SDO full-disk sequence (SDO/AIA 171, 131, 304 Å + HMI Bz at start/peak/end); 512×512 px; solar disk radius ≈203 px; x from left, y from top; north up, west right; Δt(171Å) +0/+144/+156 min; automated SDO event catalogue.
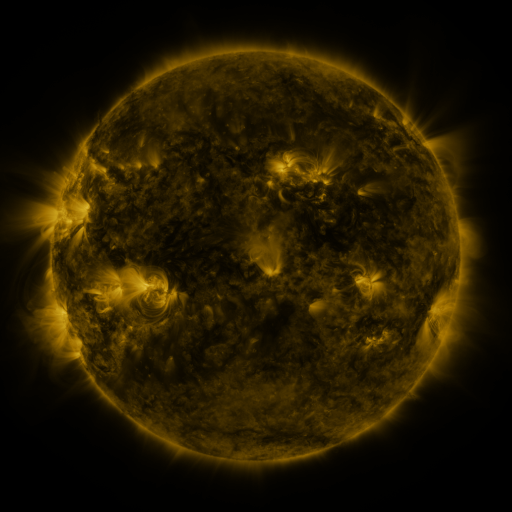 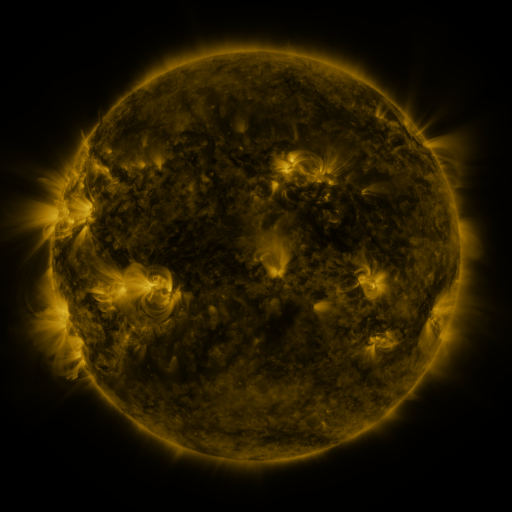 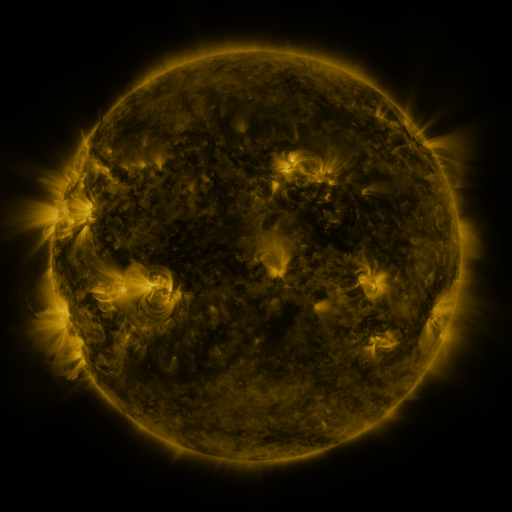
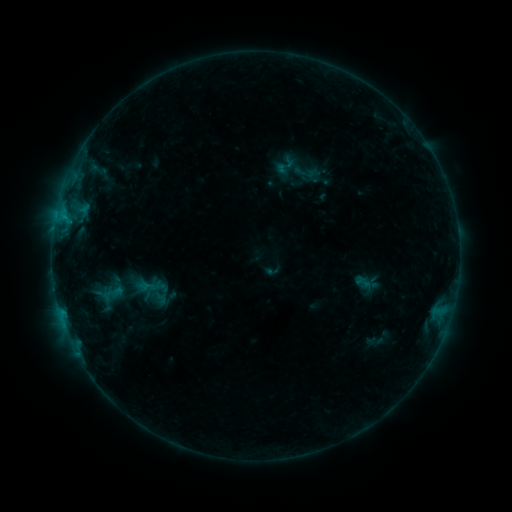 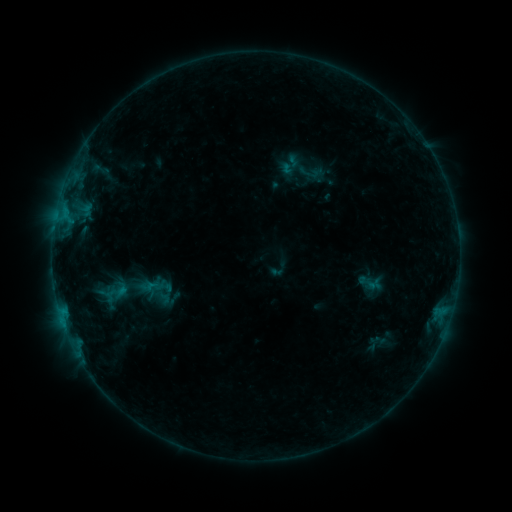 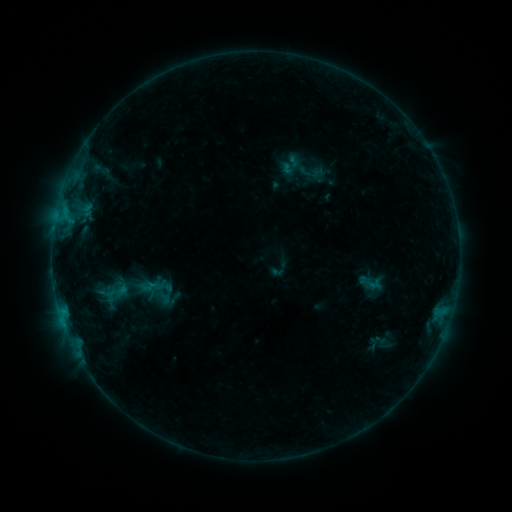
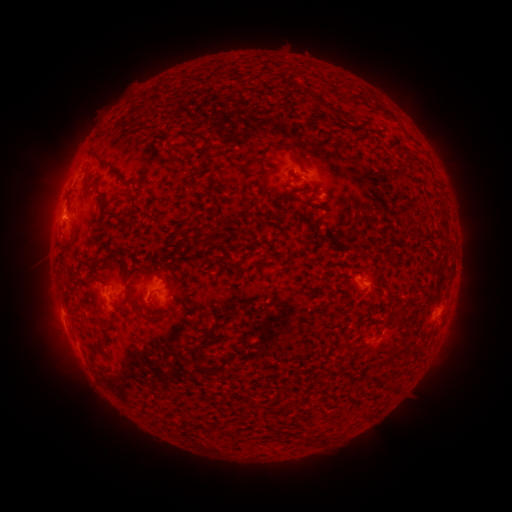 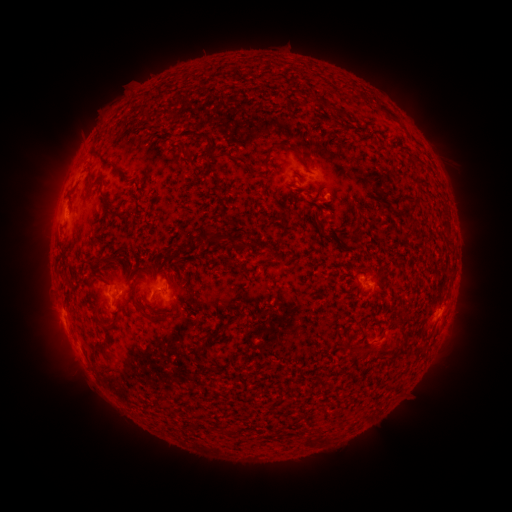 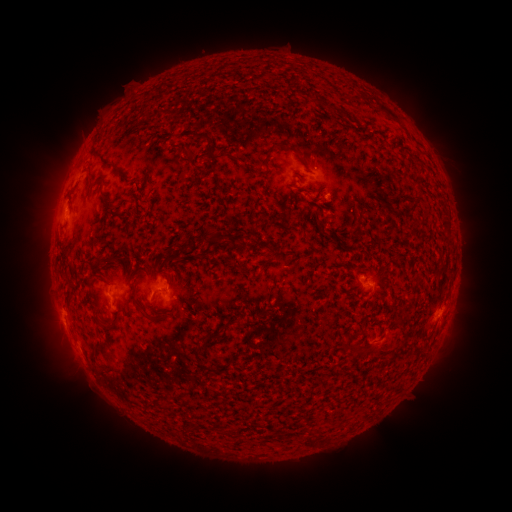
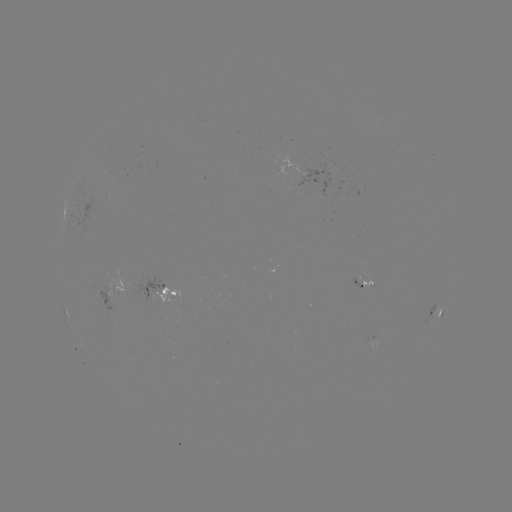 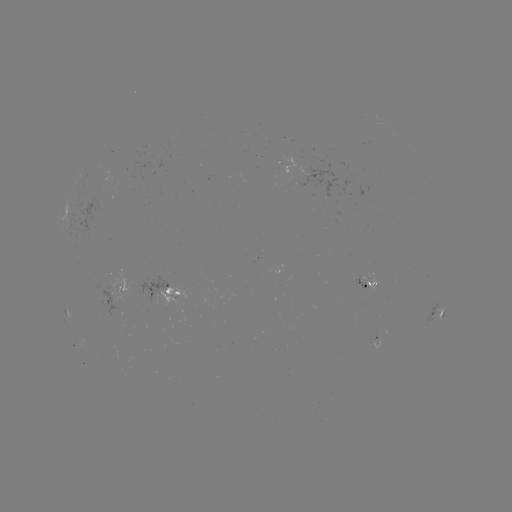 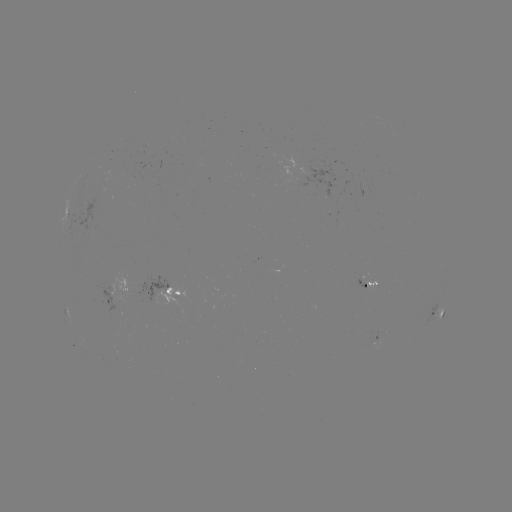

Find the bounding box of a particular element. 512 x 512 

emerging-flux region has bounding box [354, 272, 367, 291].